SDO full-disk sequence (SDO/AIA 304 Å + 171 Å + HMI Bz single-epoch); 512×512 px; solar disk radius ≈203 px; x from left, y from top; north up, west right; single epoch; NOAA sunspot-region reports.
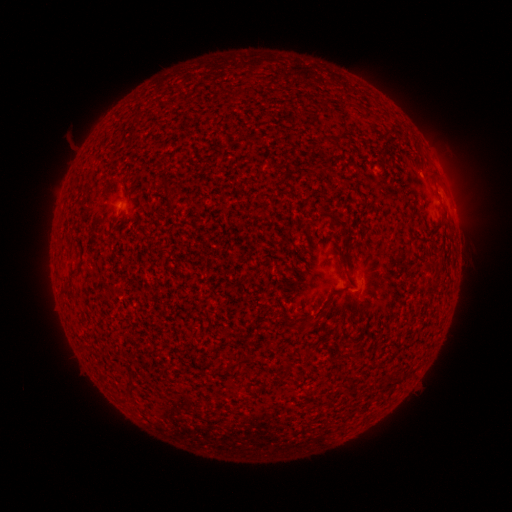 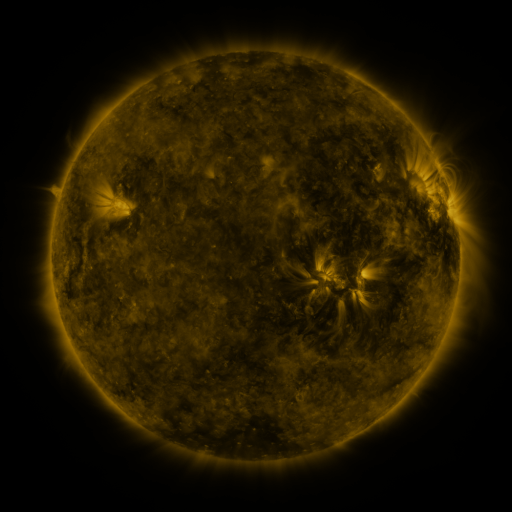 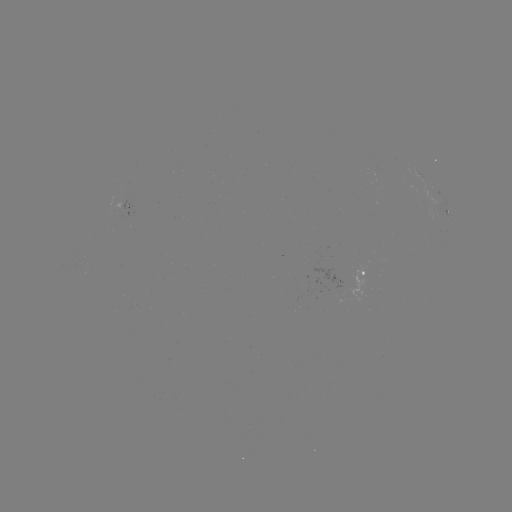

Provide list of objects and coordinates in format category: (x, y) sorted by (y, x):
spotted active region: (132, 205)
spotted active region: (448, 210)
spotted active region: (365, 275)
